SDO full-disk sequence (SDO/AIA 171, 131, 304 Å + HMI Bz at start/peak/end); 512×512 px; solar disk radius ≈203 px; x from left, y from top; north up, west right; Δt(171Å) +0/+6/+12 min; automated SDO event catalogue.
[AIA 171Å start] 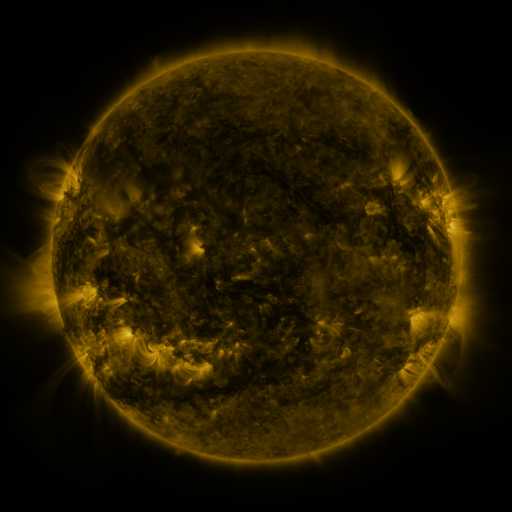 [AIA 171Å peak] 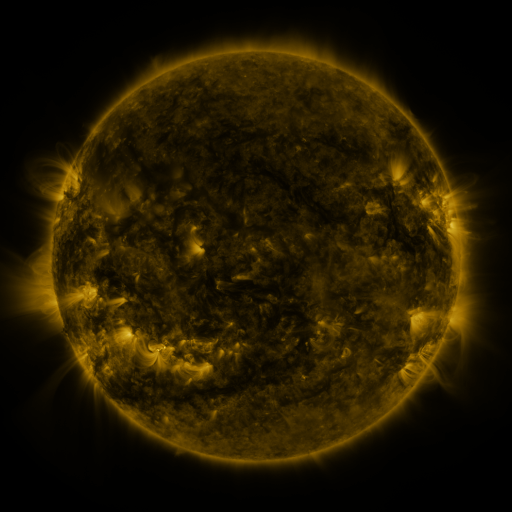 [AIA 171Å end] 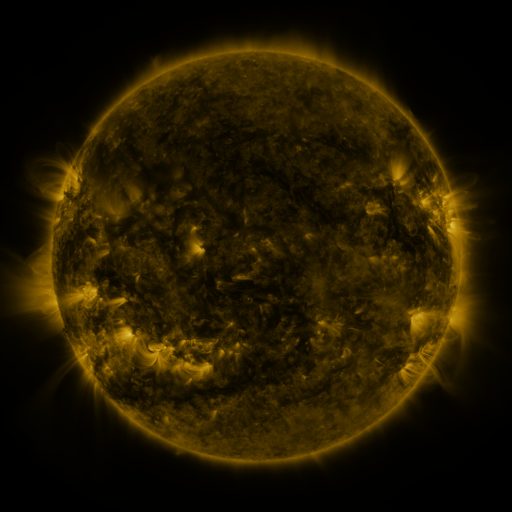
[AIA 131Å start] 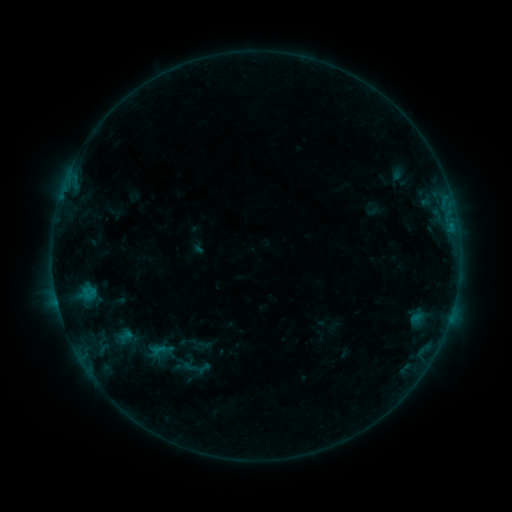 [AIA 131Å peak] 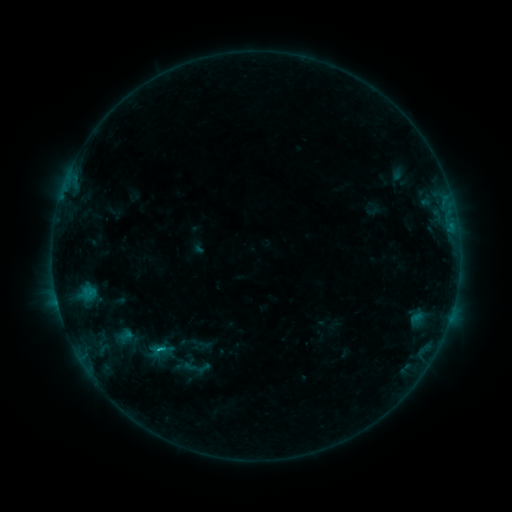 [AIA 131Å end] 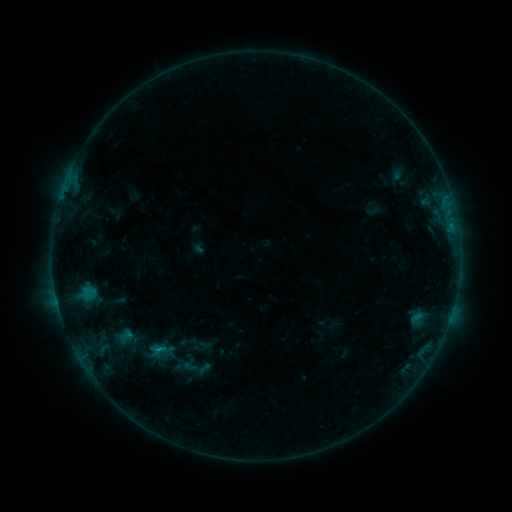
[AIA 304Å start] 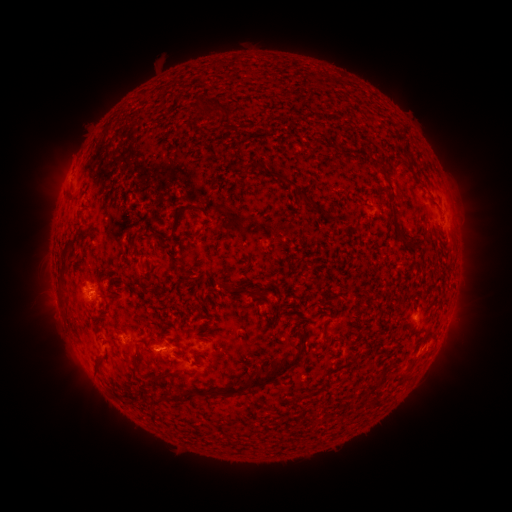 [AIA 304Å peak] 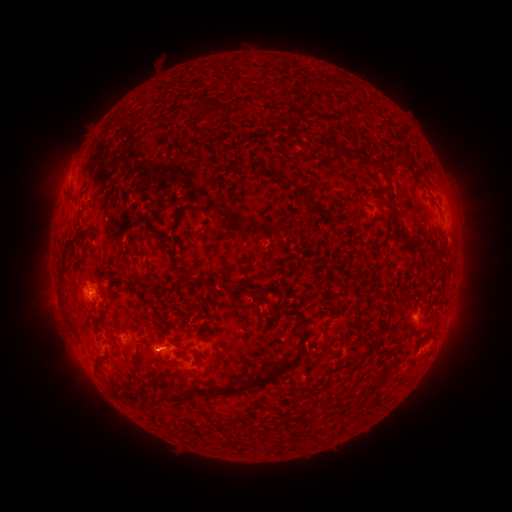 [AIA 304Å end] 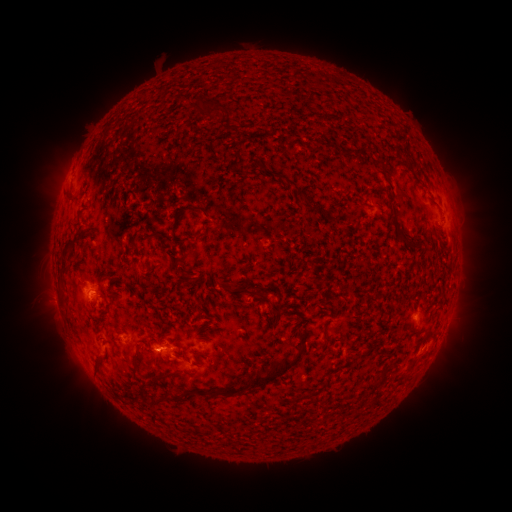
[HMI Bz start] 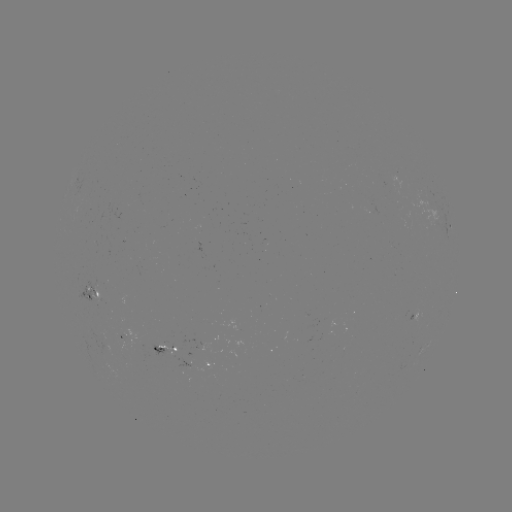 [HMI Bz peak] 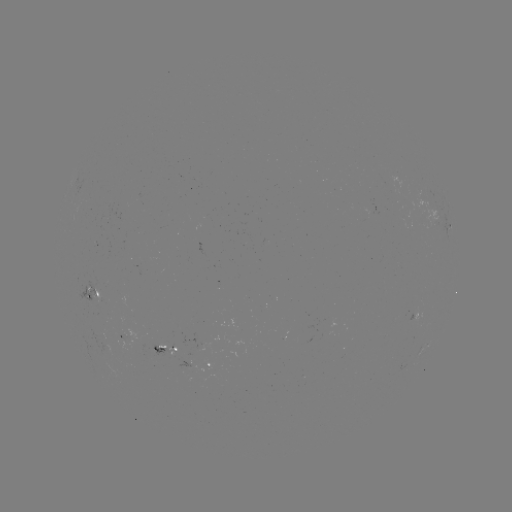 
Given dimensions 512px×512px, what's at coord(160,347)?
B7.1 flare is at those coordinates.